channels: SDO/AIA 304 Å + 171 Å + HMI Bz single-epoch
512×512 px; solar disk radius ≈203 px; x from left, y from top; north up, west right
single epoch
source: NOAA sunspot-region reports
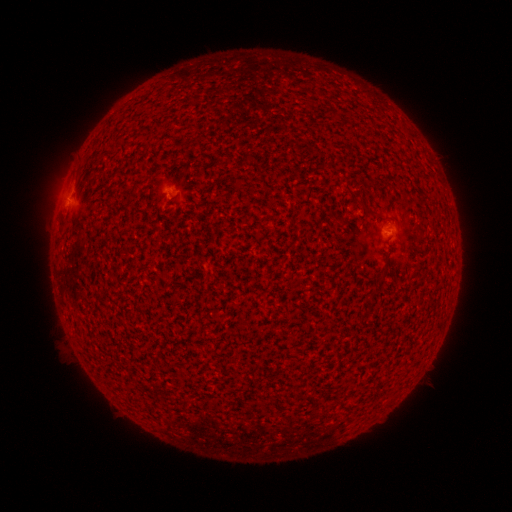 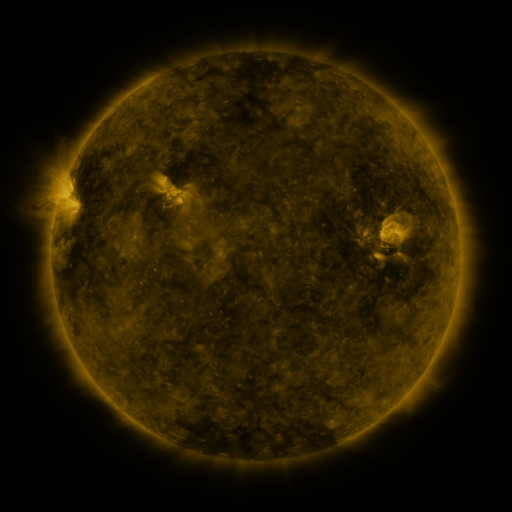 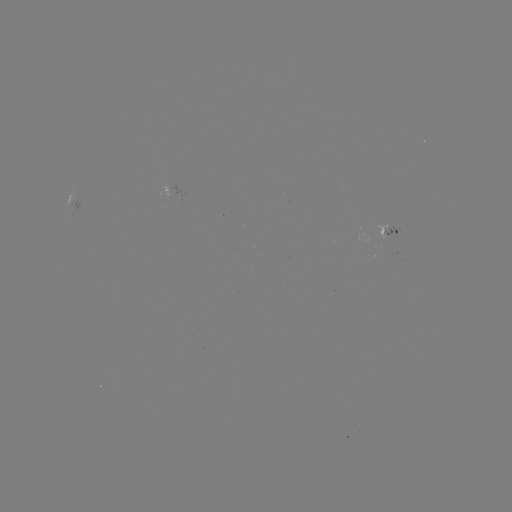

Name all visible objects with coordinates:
spotted active region: (173, 191)
spotted active region: (64, 208)
spotted active region: (389, 230)
